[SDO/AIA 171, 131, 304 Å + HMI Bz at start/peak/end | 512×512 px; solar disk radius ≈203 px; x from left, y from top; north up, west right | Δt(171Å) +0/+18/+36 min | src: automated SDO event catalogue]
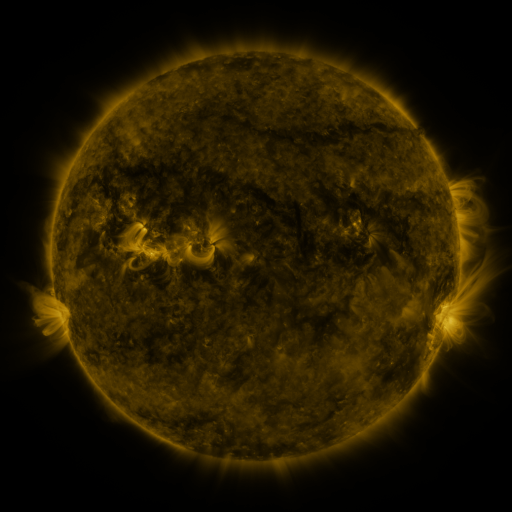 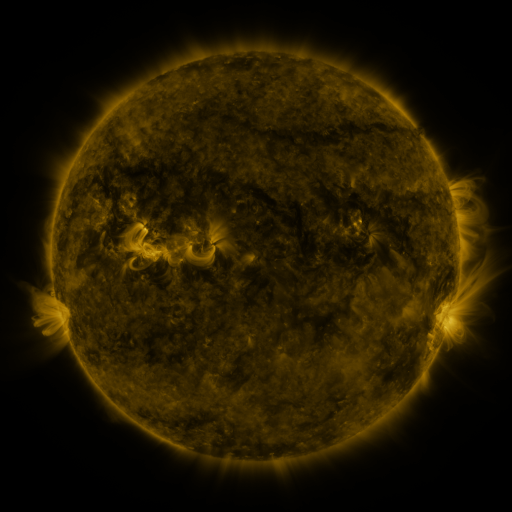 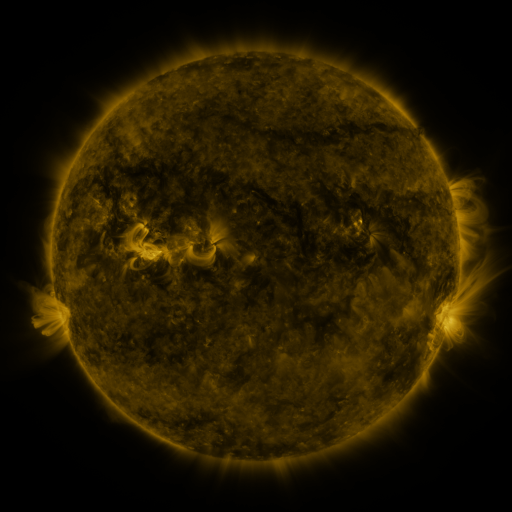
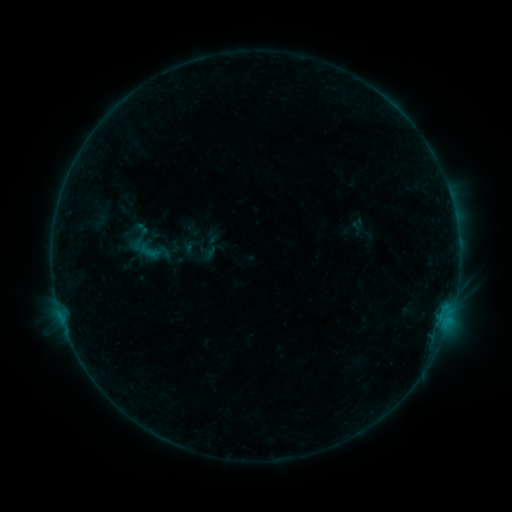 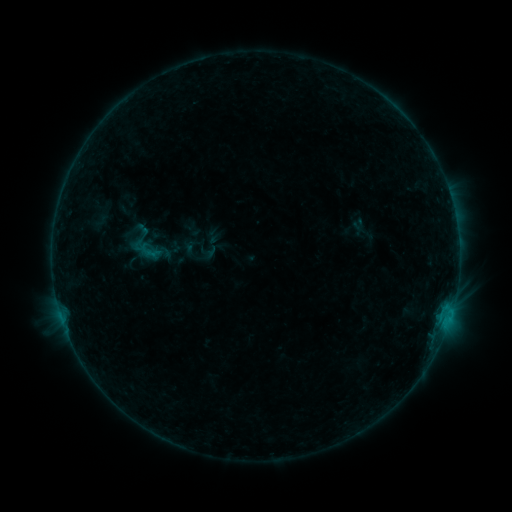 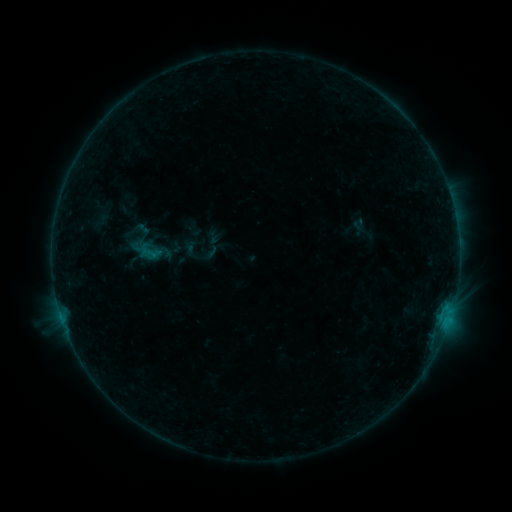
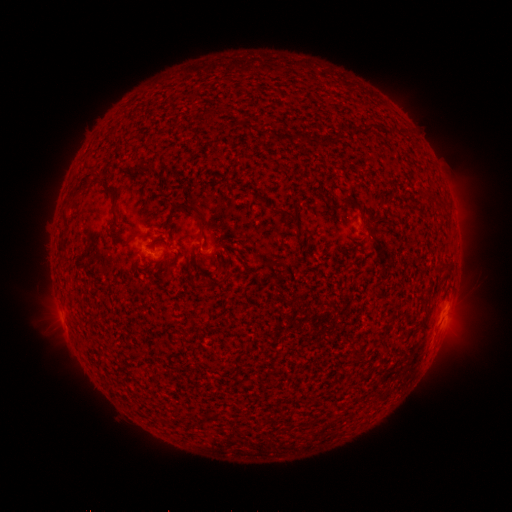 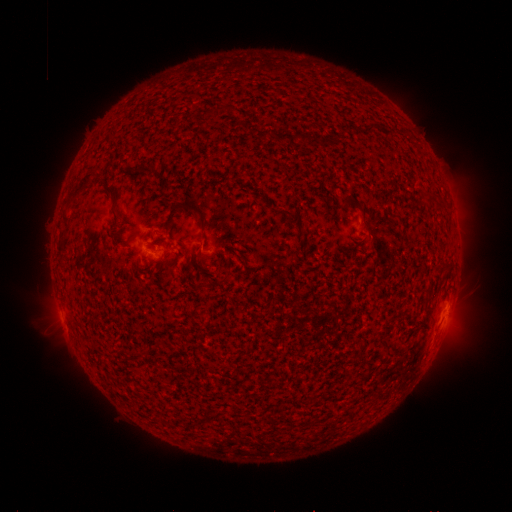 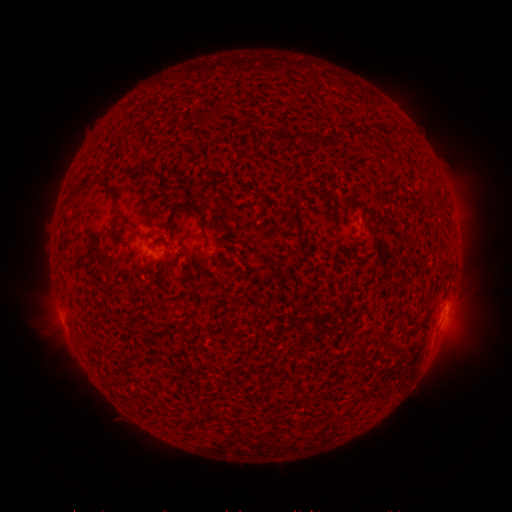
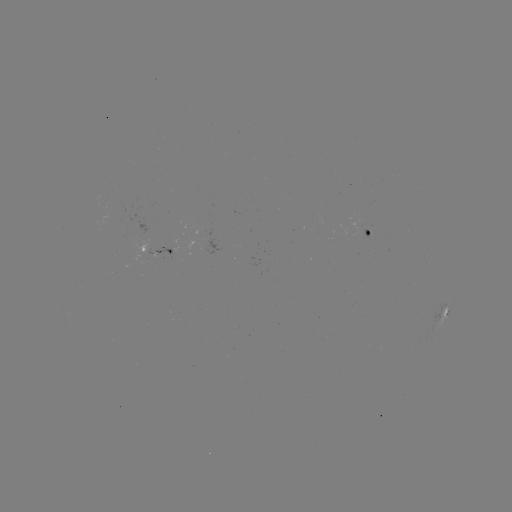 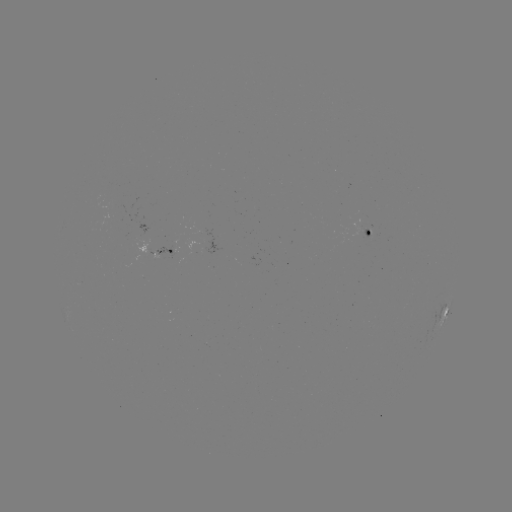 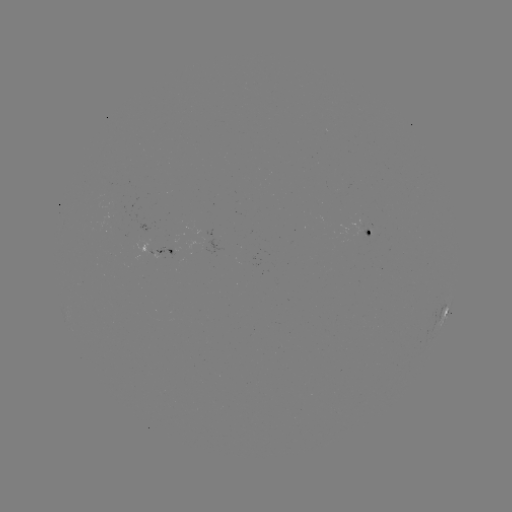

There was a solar flare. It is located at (451, 312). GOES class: B3.3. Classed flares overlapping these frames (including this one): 1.